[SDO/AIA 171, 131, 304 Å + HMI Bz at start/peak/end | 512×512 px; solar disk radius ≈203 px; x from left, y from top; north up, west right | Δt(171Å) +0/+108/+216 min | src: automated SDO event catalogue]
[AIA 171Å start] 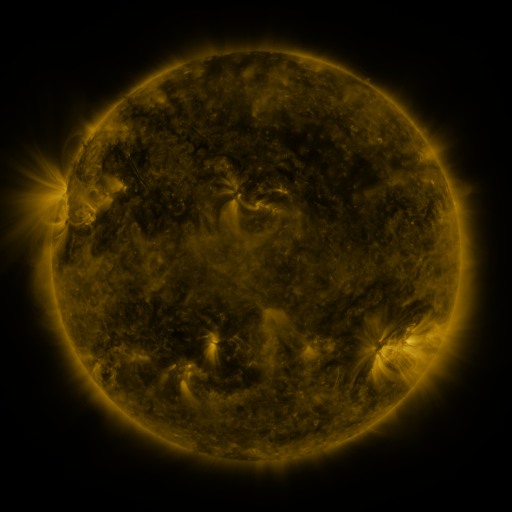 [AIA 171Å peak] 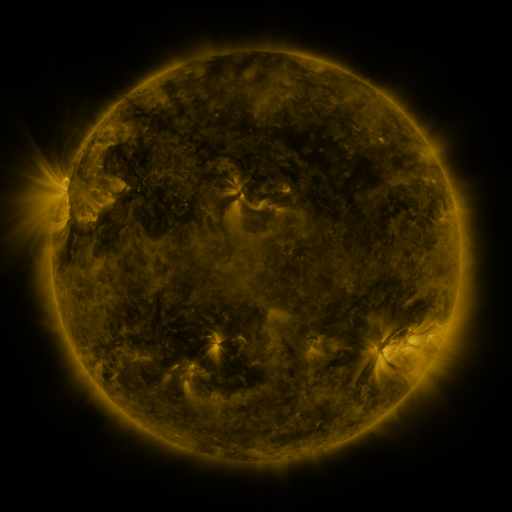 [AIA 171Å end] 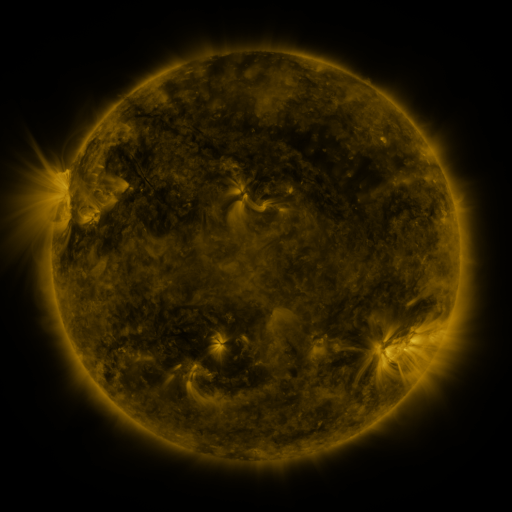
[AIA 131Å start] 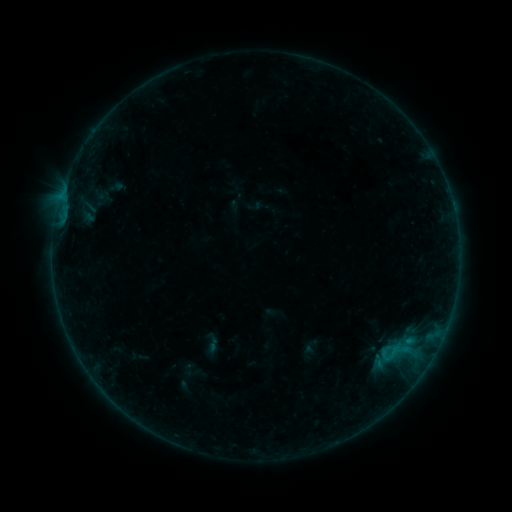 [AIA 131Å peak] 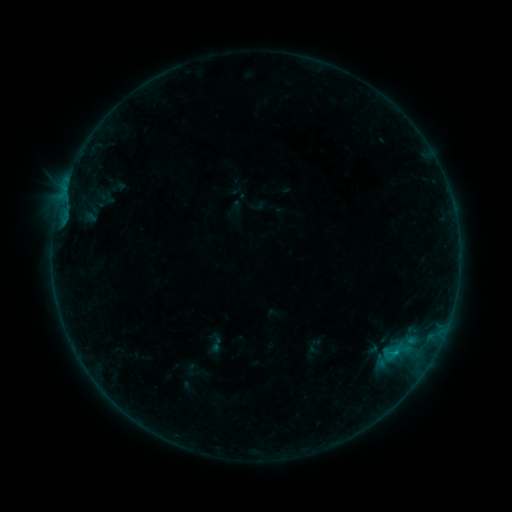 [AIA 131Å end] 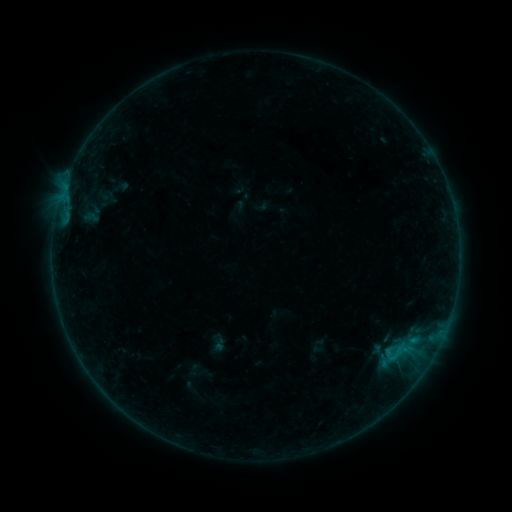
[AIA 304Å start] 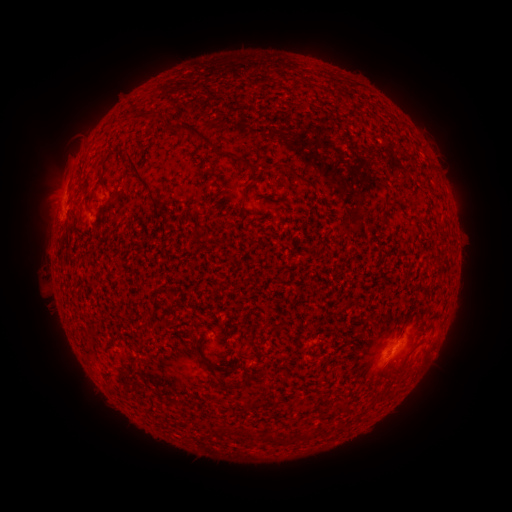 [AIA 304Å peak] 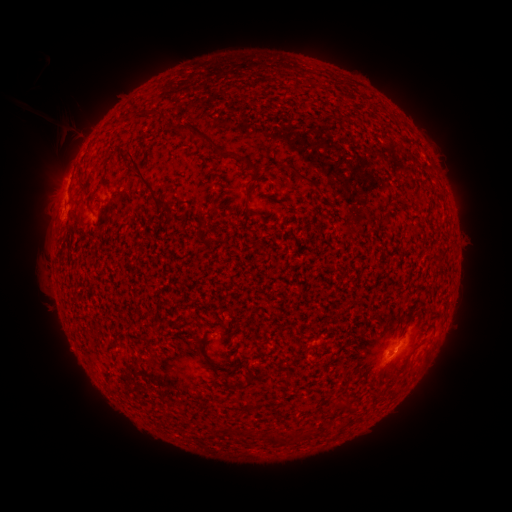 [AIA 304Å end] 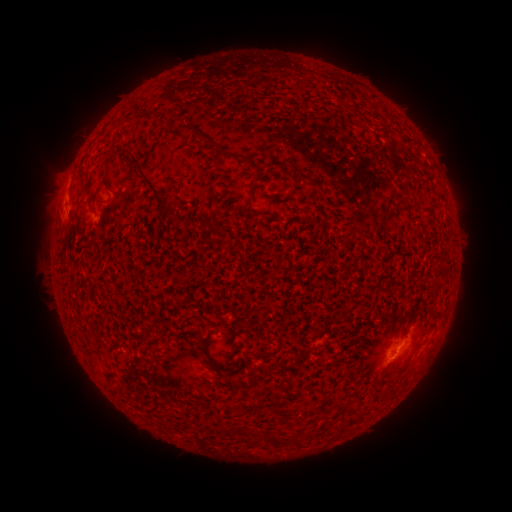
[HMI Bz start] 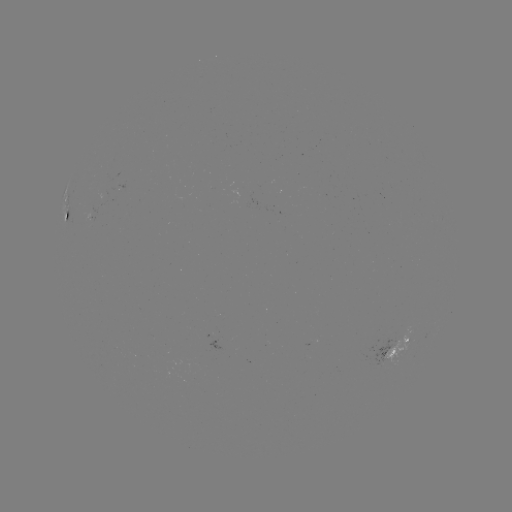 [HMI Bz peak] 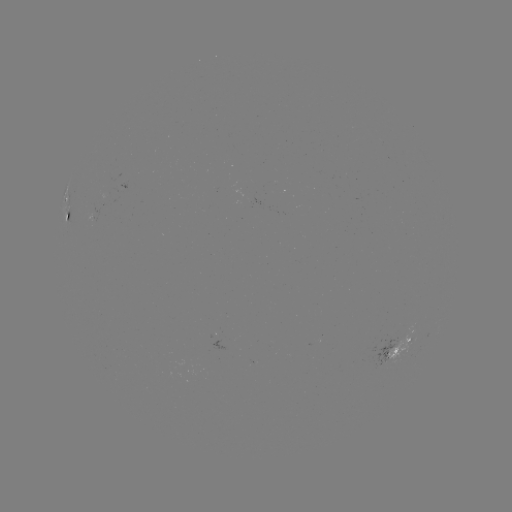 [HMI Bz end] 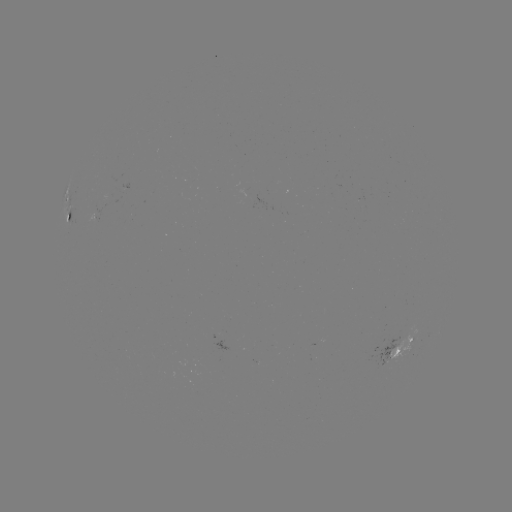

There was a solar filament eruption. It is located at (58, 143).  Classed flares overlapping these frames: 1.